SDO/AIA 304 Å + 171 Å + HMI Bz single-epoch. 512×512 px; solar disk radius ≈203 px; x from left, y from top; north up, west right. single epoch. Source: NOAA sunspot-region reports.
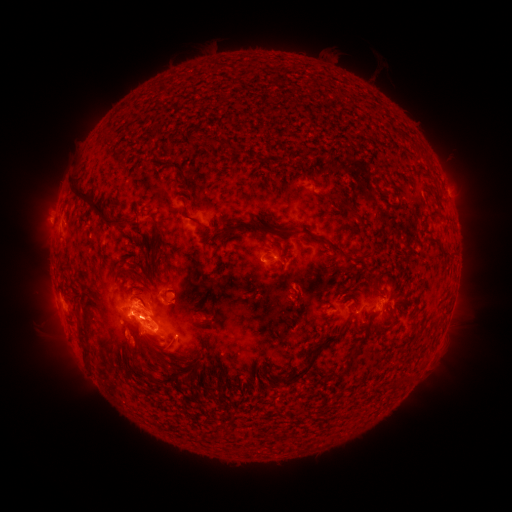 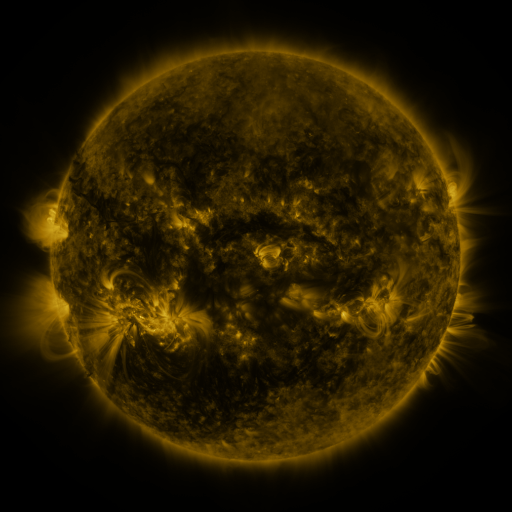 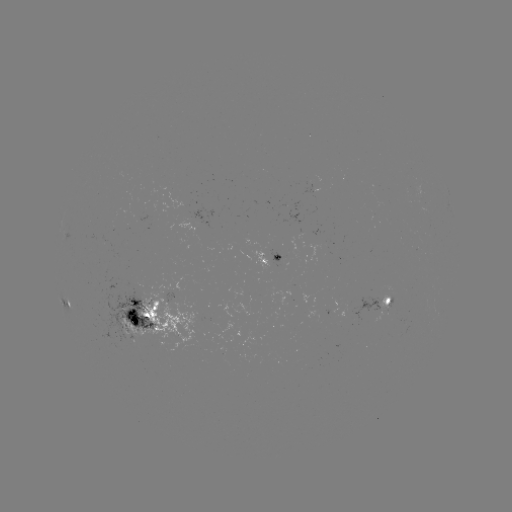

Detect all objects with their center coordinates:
spotted active region: (270, 261)
spotted active region: (388, 298)
spotted active region: (337, 312)
spotted active region: (156, 317)
